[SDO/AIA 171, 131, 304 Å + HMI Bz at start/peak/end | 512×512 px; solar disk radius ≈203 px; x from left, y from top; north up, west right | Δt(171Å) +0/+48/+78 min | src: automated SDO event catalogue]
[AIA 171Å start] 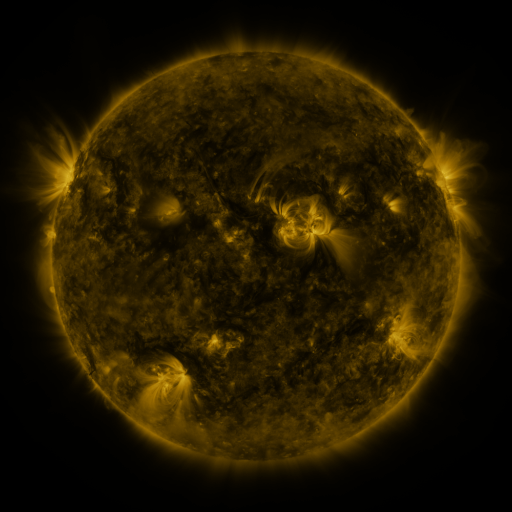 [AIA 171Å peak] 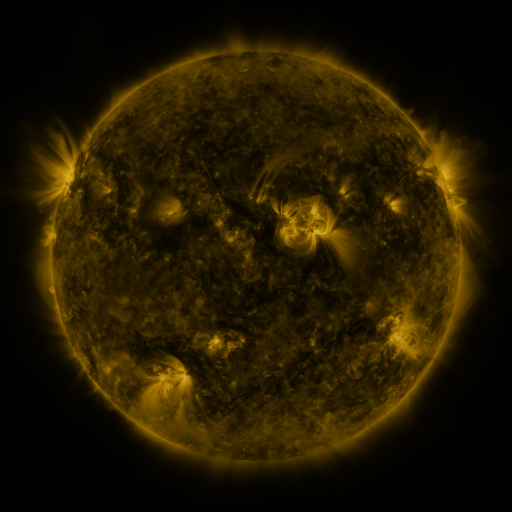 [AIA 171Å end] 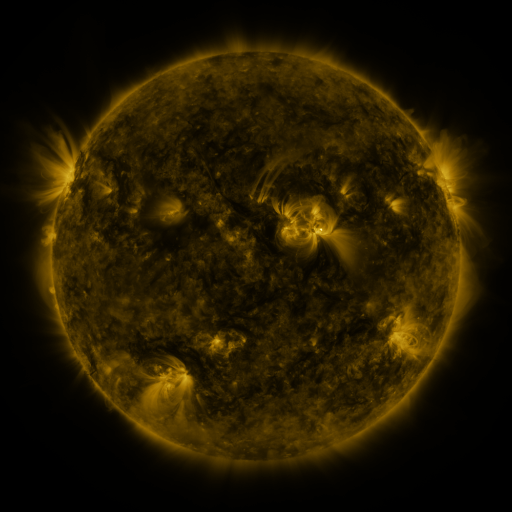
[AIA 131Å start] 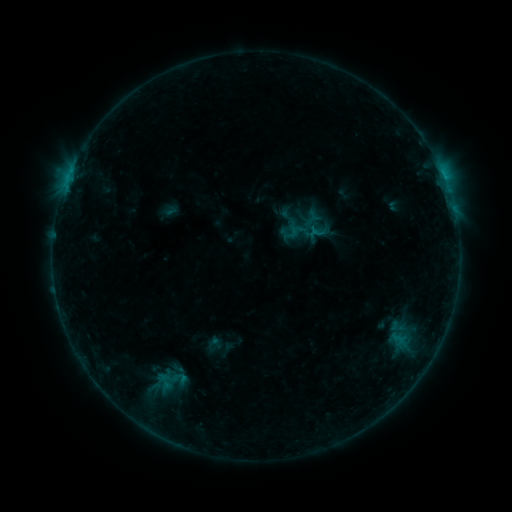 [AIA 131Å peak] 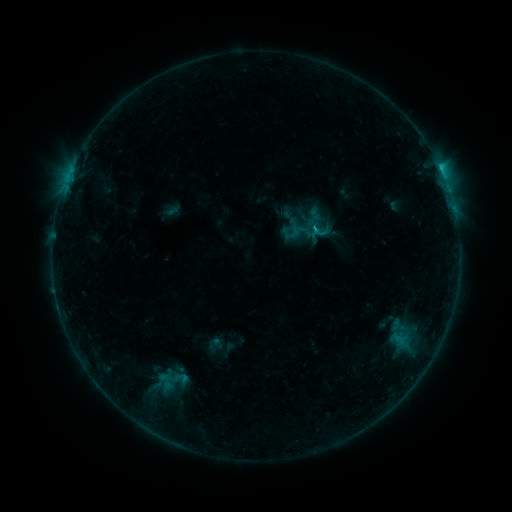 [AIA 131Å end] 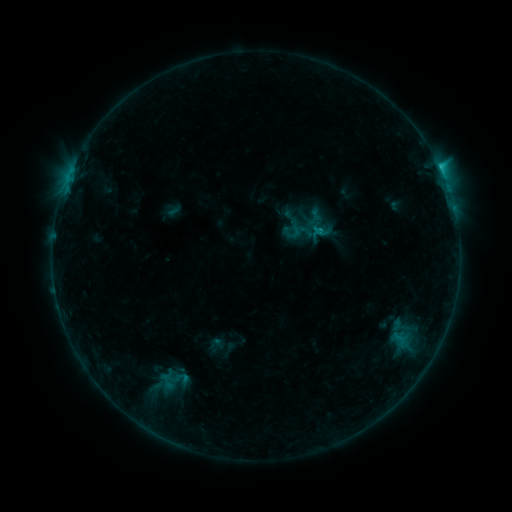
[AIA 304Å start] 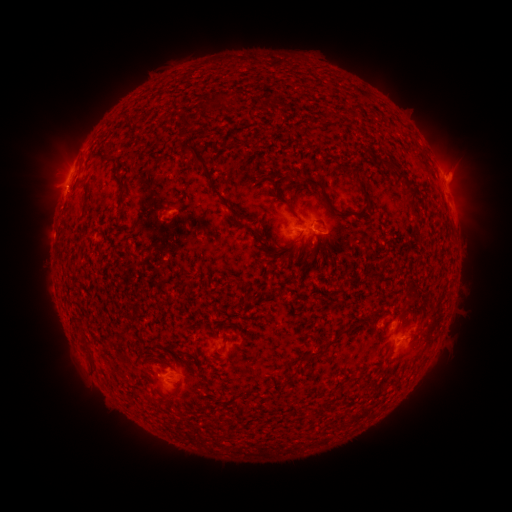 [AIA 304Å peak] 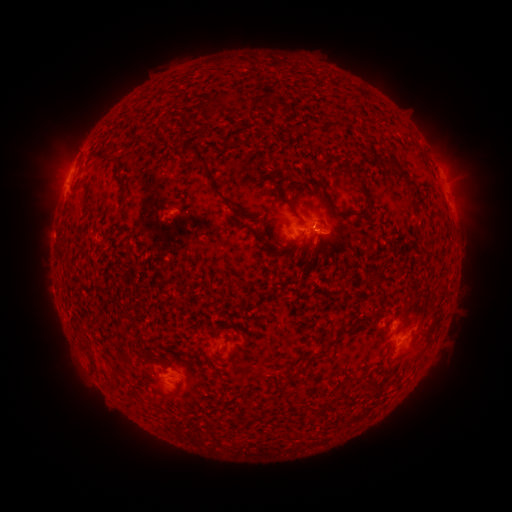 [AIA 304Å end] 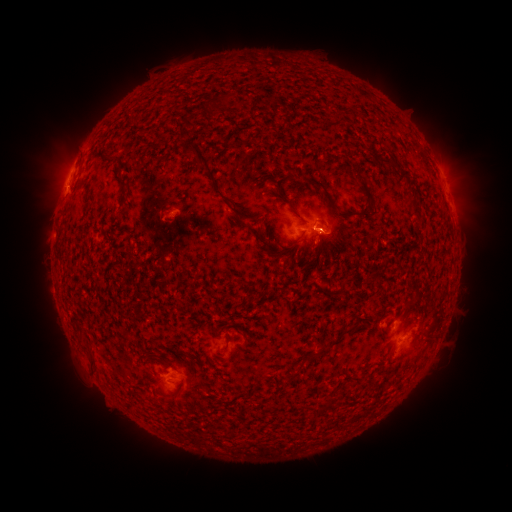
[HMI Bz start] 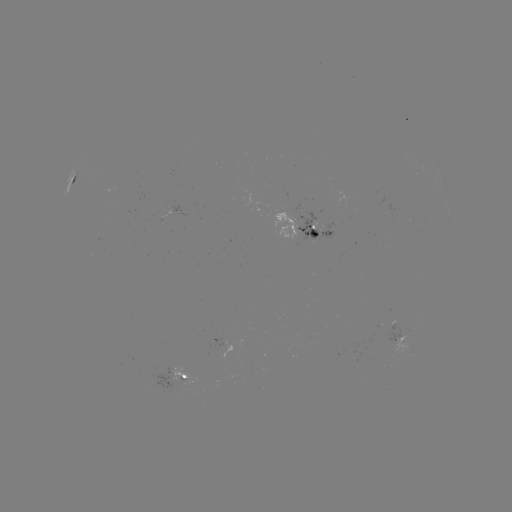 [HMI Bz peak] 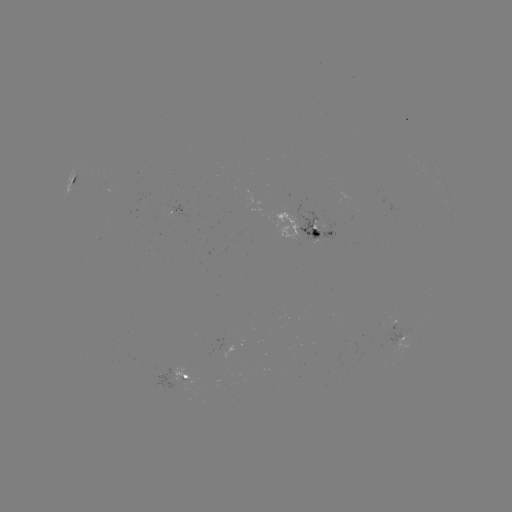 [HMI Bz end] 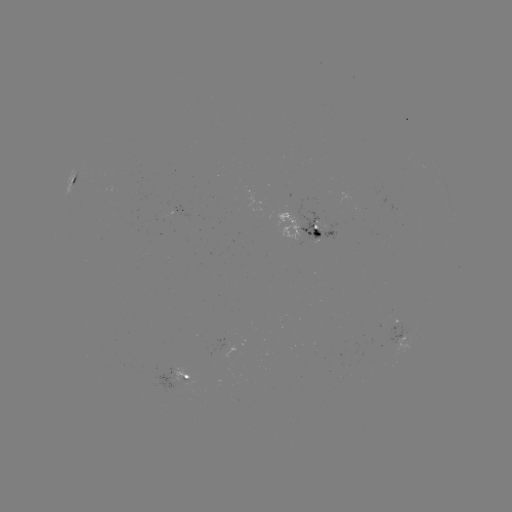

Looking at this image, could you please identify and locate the C1.4 flare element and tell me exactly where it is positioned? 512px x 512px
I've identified C1.4 flare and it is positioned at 313,230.